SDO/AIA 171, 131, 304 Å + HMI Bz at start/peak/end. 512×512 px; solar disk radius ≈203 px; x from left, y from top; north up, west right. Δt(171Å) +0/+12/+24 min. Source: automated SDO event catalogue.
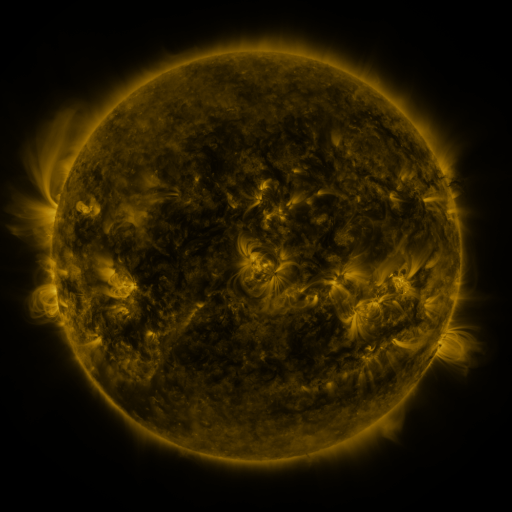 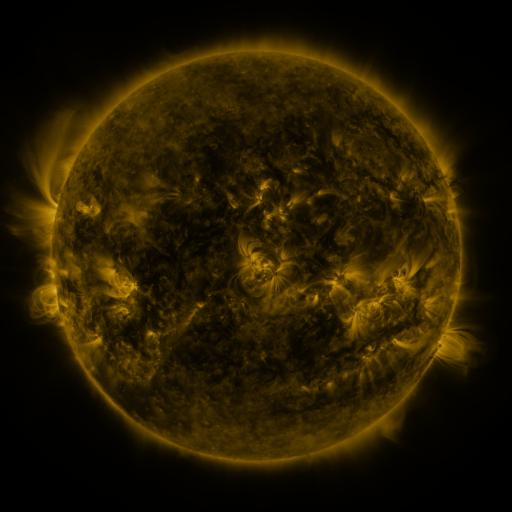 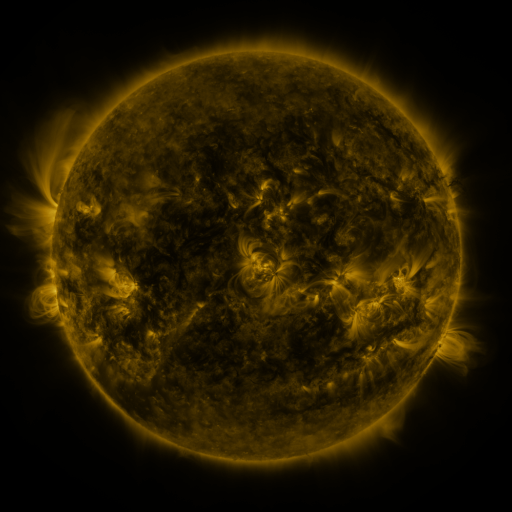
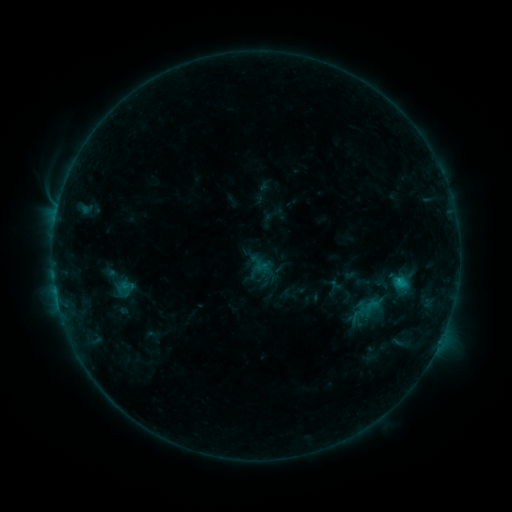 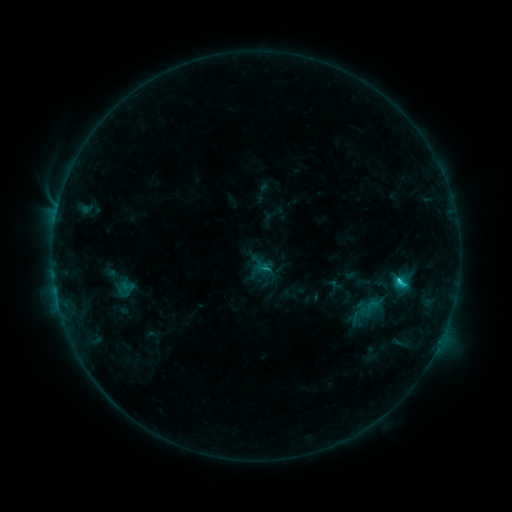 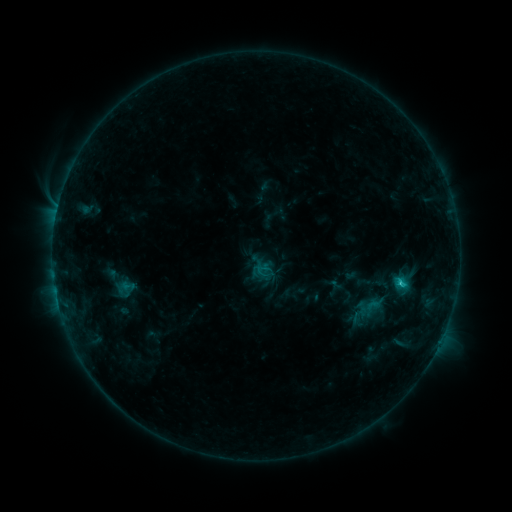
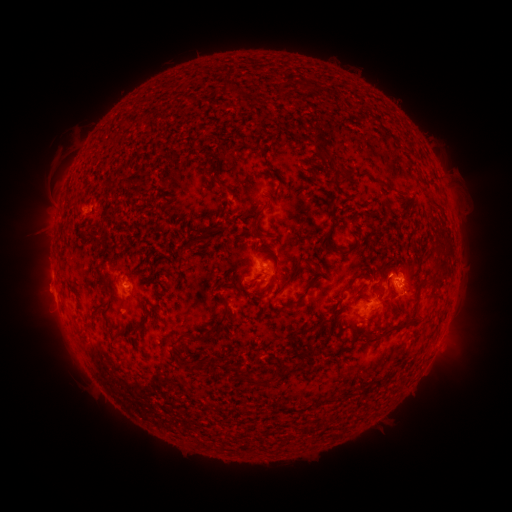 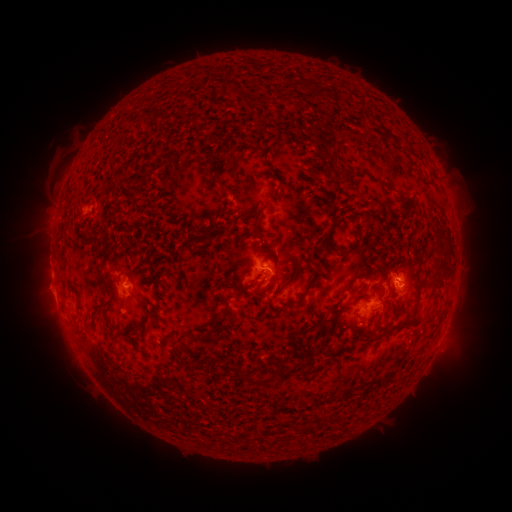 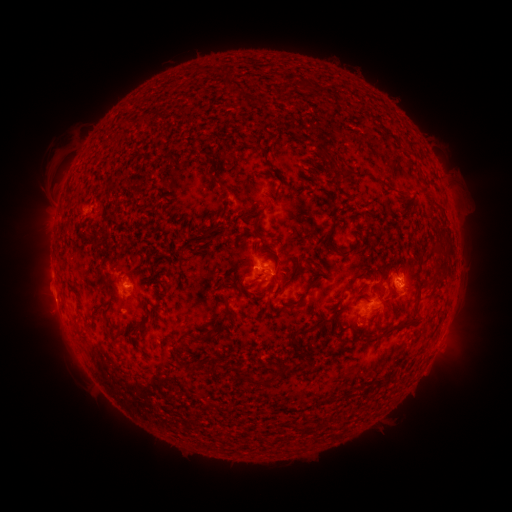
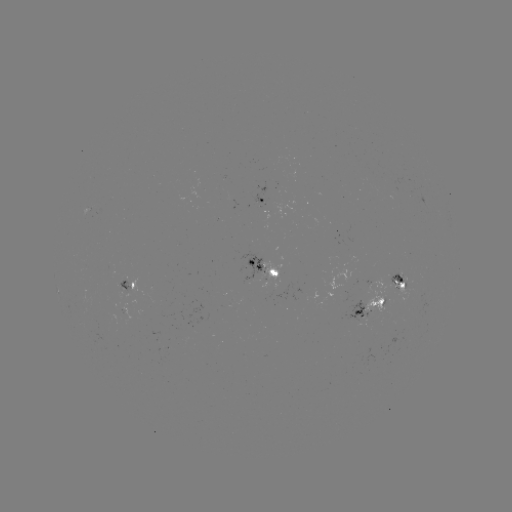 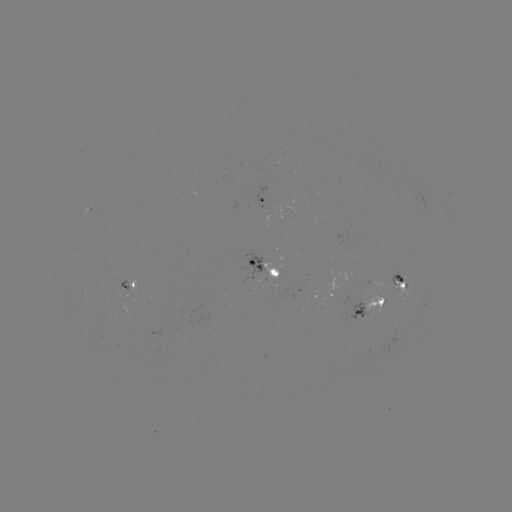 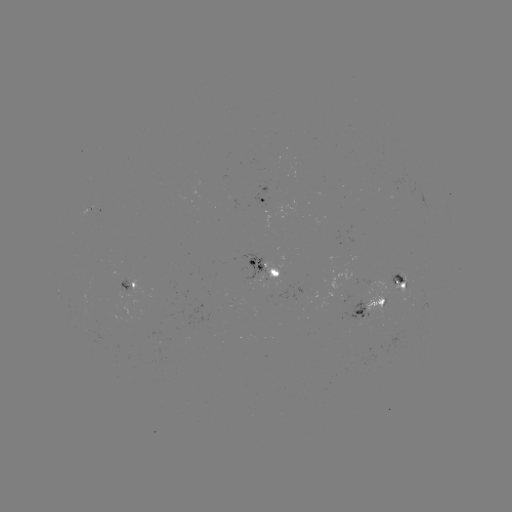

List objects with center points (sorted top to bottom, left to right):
C1.7 flare: (263, 266)
